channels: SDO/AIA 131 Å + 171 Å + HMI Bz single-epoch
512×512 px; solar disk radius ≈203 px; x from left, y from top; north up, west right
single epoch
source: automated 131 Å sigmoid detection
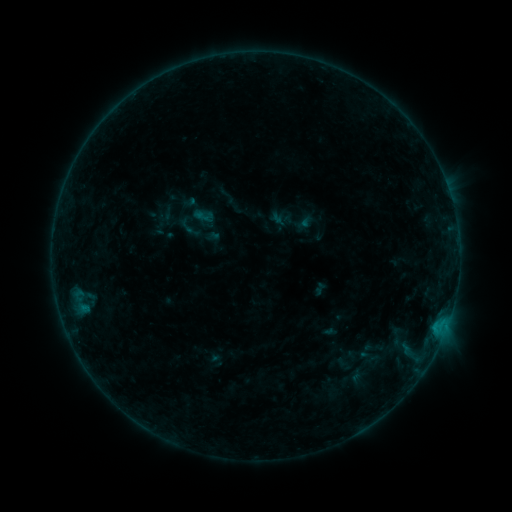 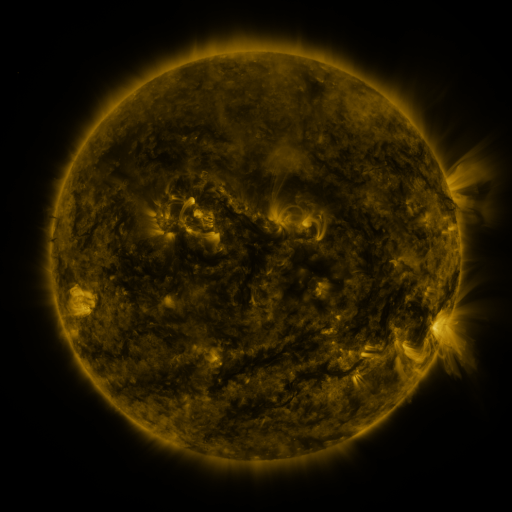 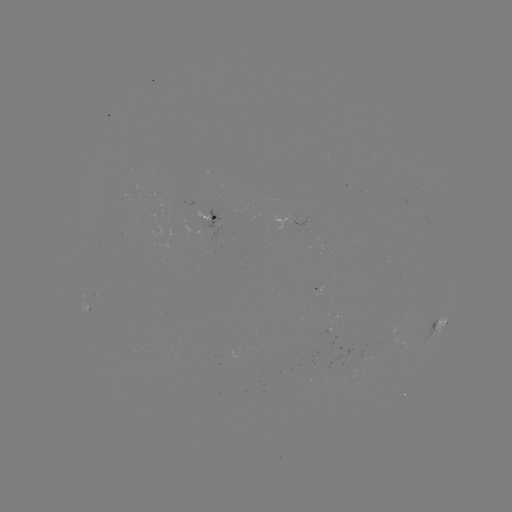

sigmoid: <bbox>192, 205, 213, 227</bbox>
